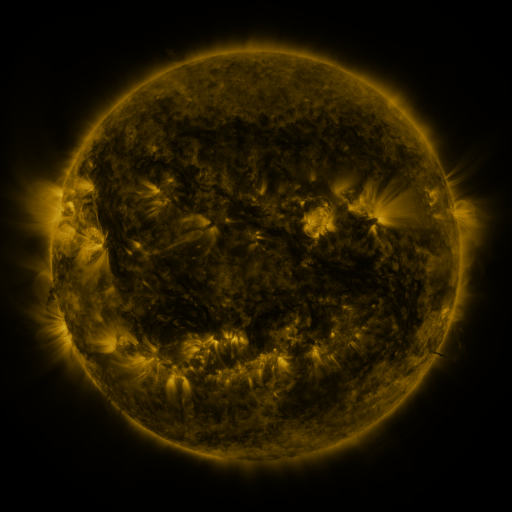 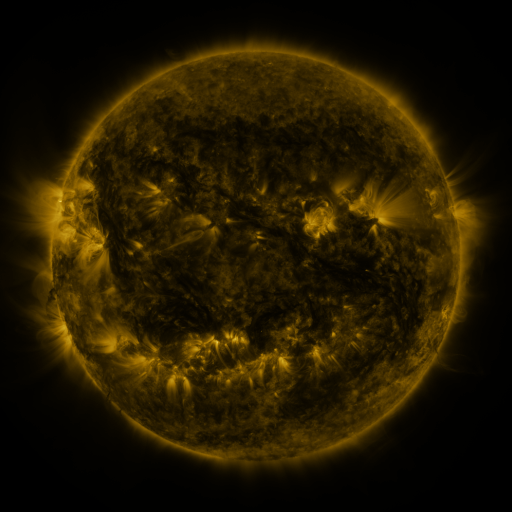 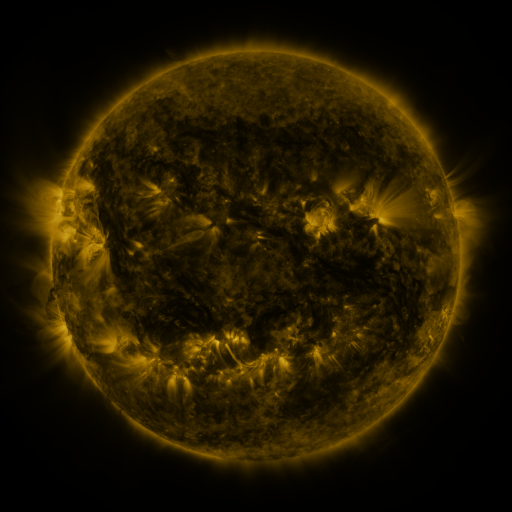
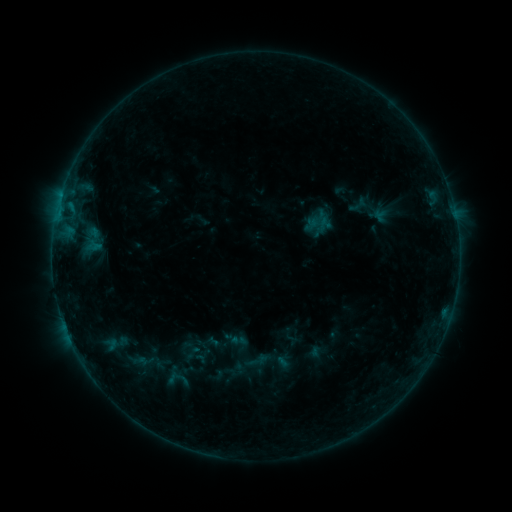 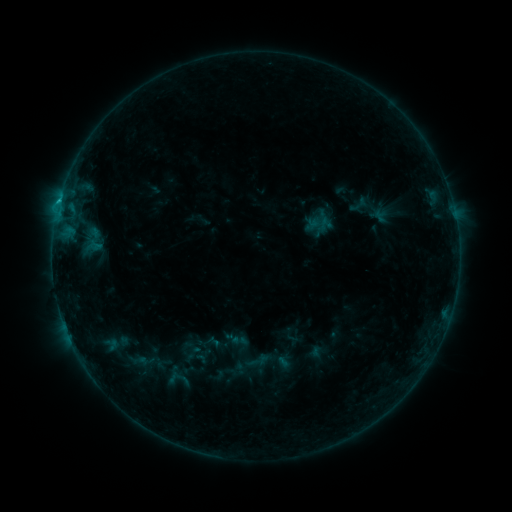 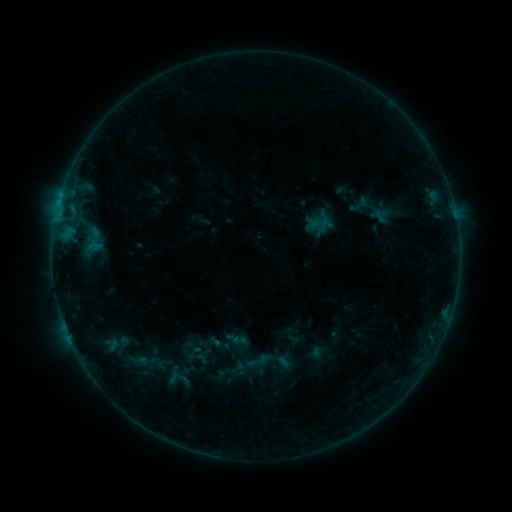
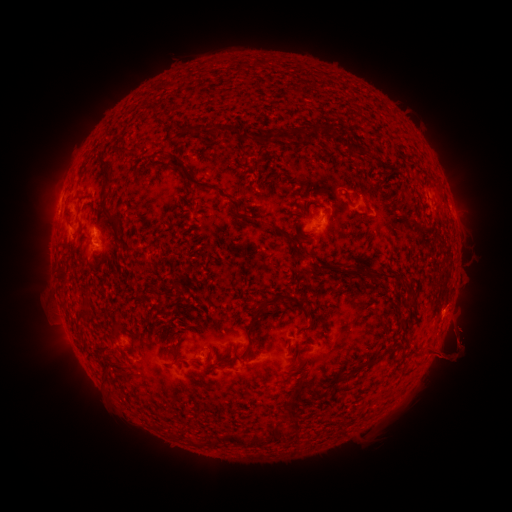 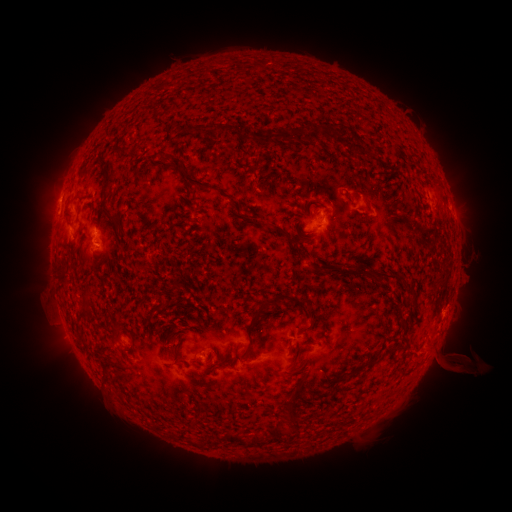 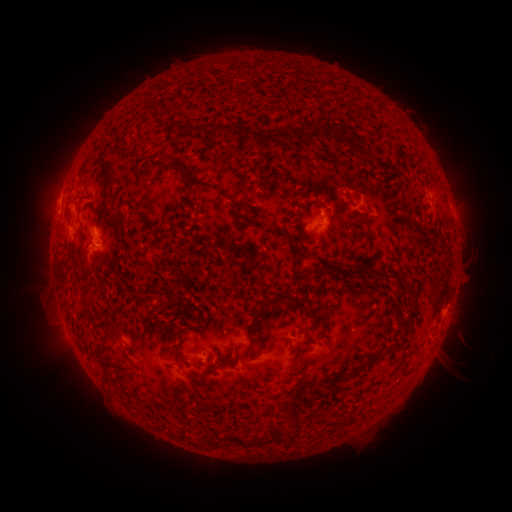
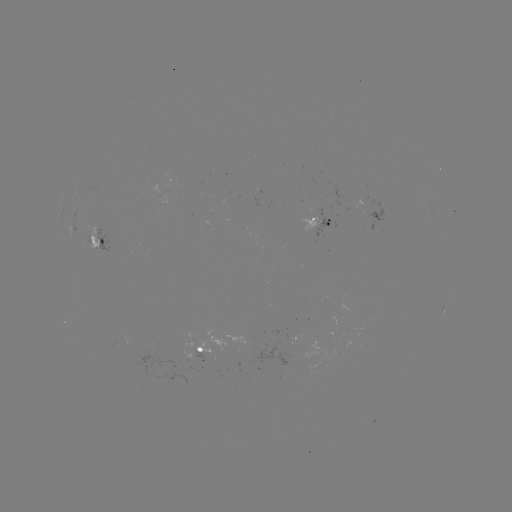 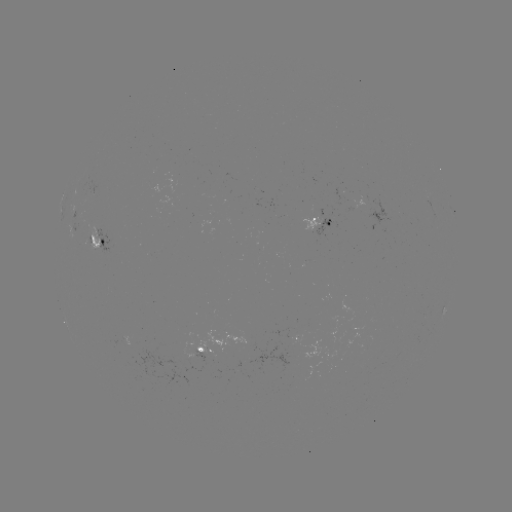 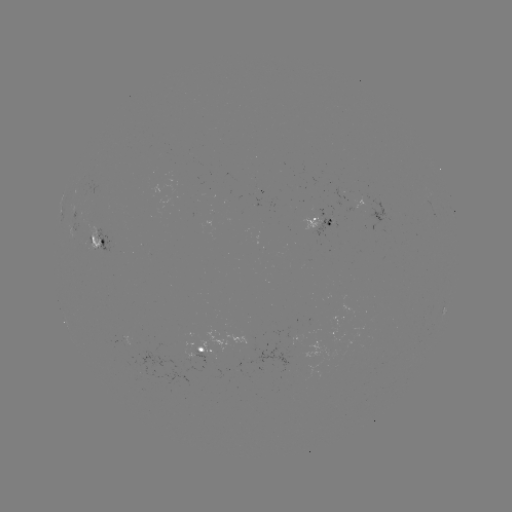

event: flare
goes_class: B6.8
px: (59, 204)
